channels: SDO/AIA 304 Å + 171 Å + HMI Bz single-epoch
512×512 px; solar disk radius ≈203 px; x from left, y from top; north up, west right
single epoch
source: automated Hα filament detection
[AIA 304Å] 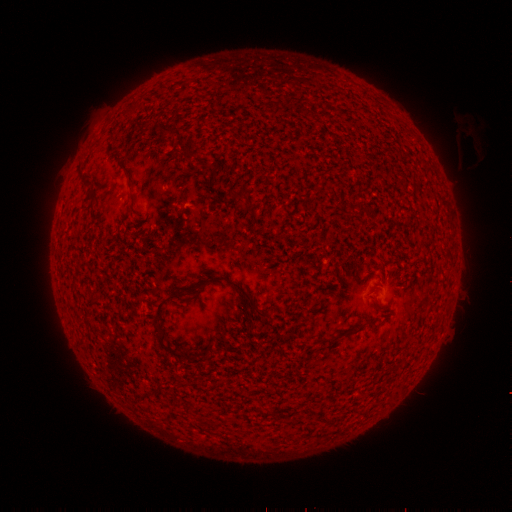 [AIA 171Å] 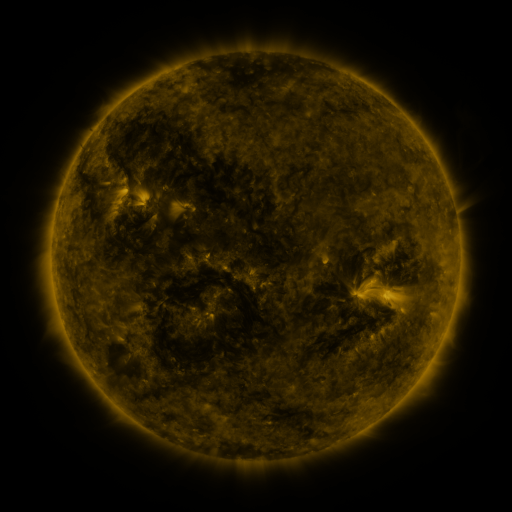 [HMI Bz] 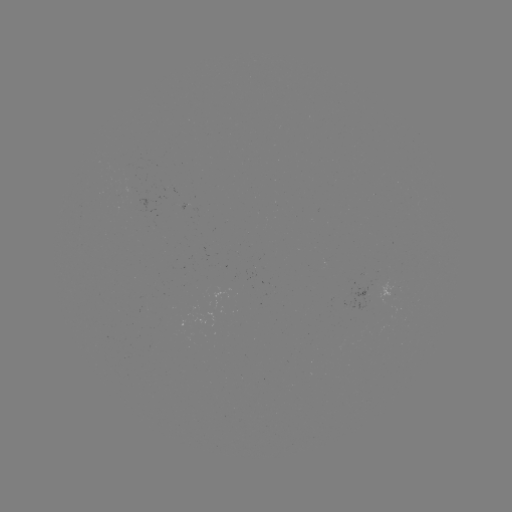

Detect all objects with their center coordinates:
filament: (146, 123)
filament: (169, 131)
filament: (200, 165)
filament: (235, 194)
filament: (210, 280)
filament: (377, 302)
filament: (112, 319)
filament: (145, 326)
filament: (168, 349)
filament: (154, 361)
filament: (159, 385)
